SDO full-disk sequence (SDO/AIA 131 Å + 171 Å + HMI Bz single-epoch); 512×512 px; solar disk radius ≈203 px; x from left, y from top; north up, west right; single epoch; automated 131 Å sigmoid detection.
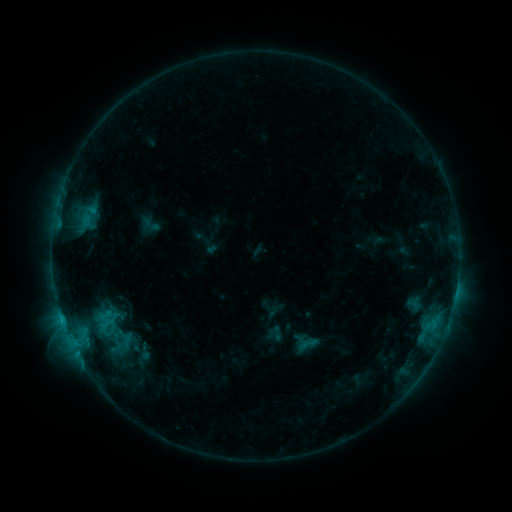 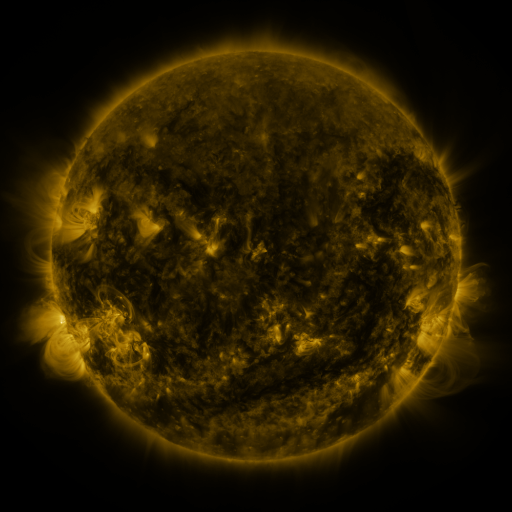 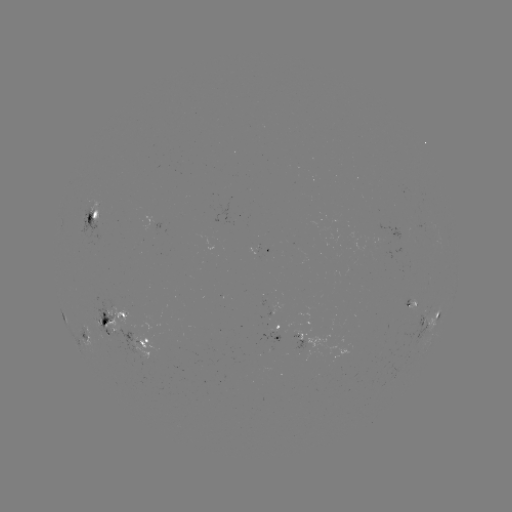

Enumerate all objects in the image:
sigmoid: [69, 290, 152, 365]
sigmoid: [297, 333, 319, 354]
